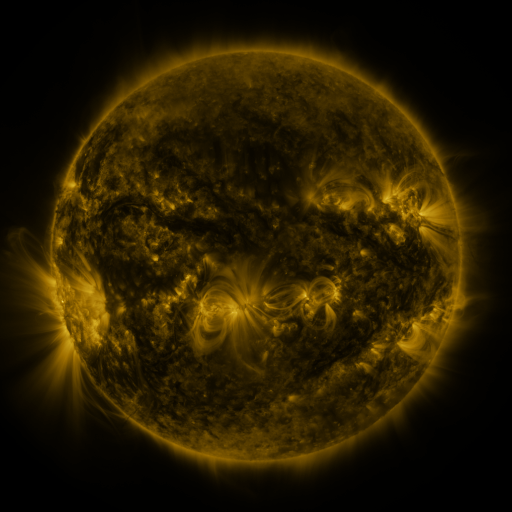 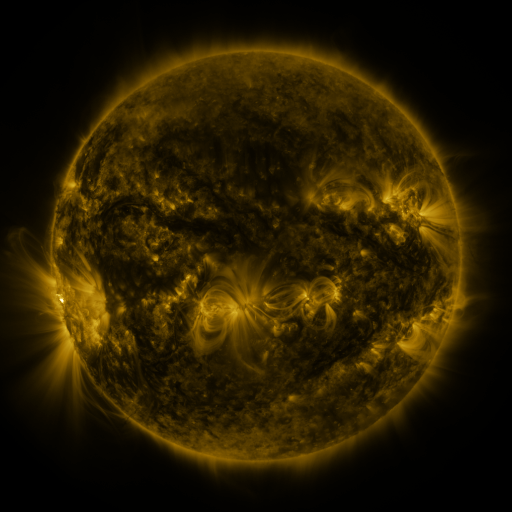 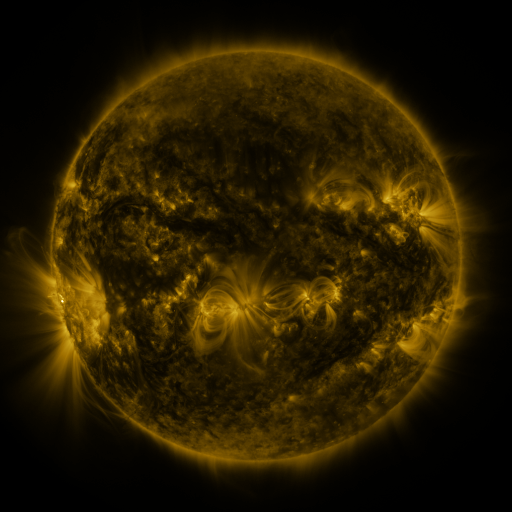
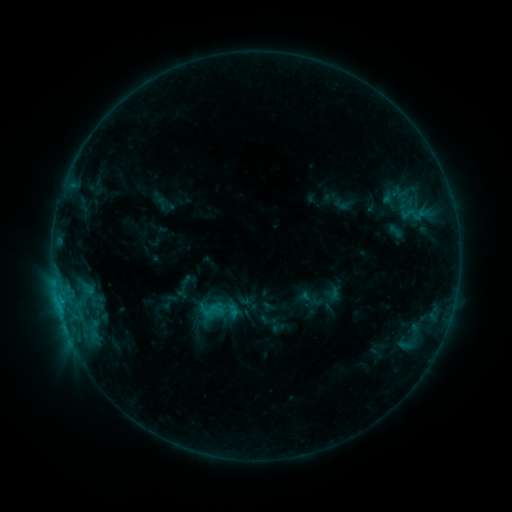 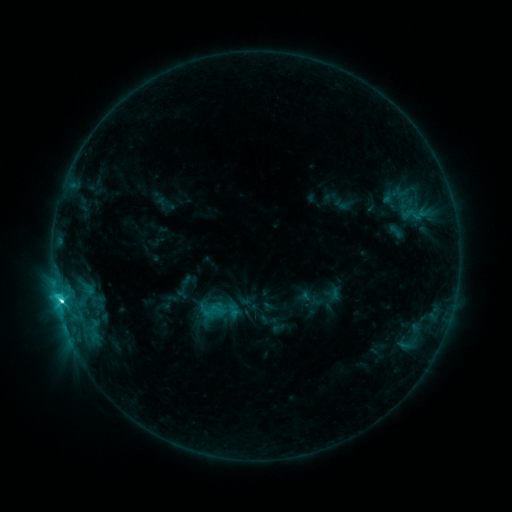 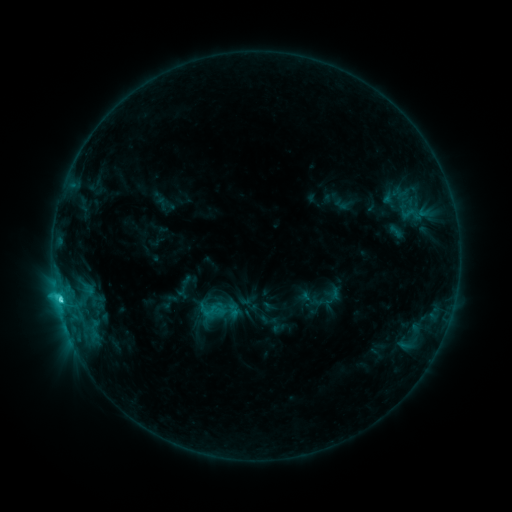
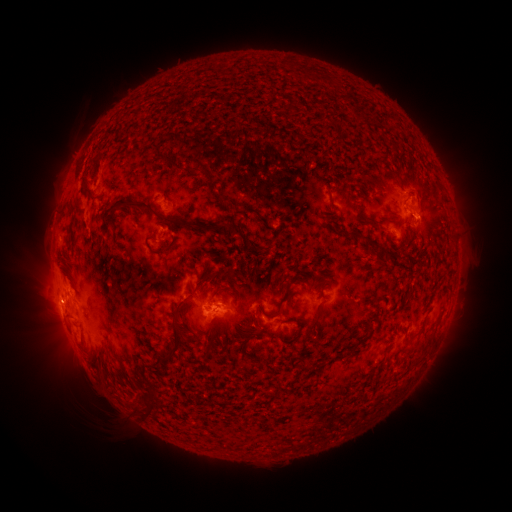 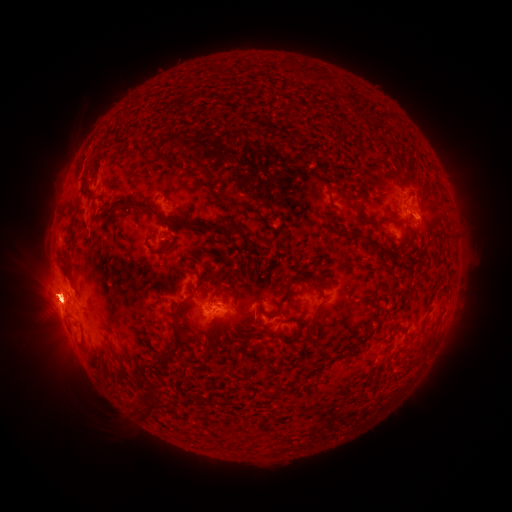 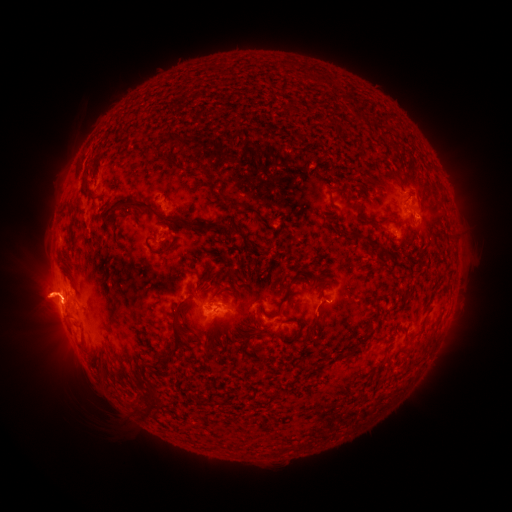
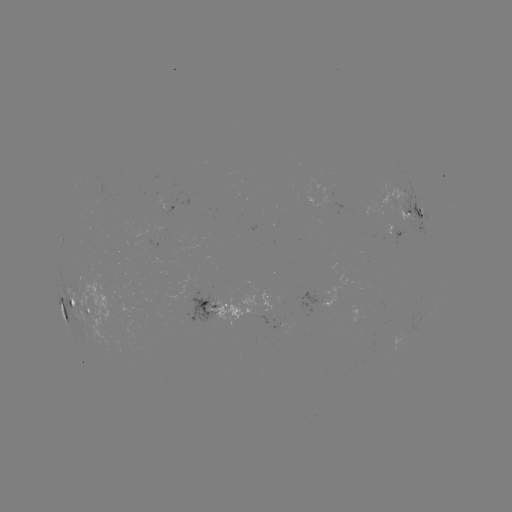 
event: flare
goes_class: C5.4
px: (62, 300)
